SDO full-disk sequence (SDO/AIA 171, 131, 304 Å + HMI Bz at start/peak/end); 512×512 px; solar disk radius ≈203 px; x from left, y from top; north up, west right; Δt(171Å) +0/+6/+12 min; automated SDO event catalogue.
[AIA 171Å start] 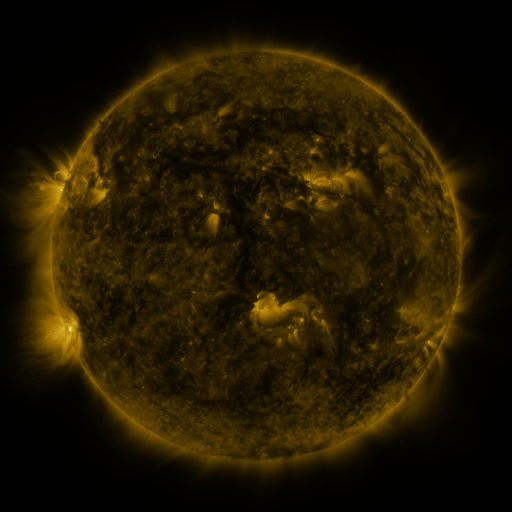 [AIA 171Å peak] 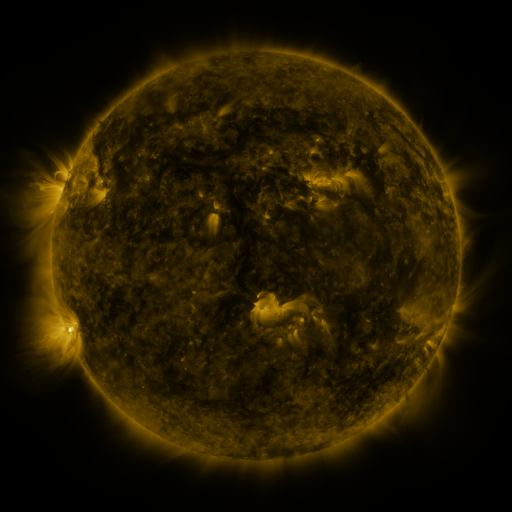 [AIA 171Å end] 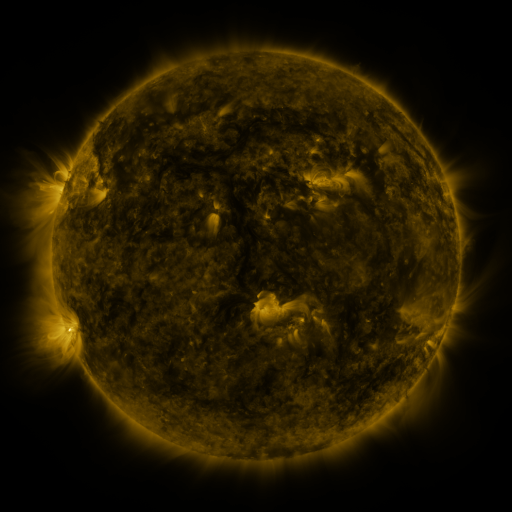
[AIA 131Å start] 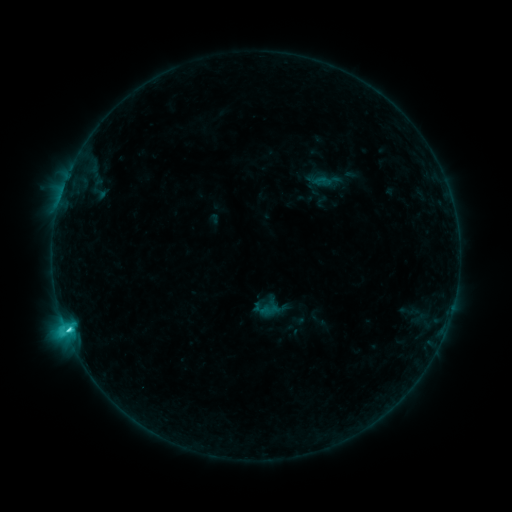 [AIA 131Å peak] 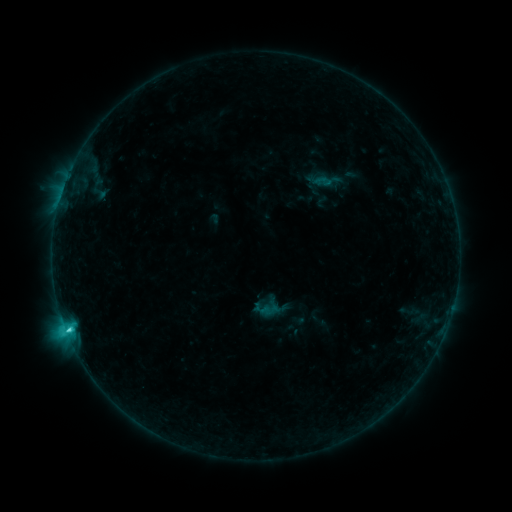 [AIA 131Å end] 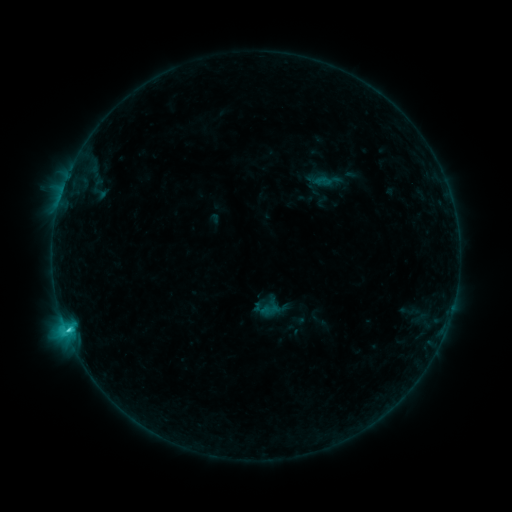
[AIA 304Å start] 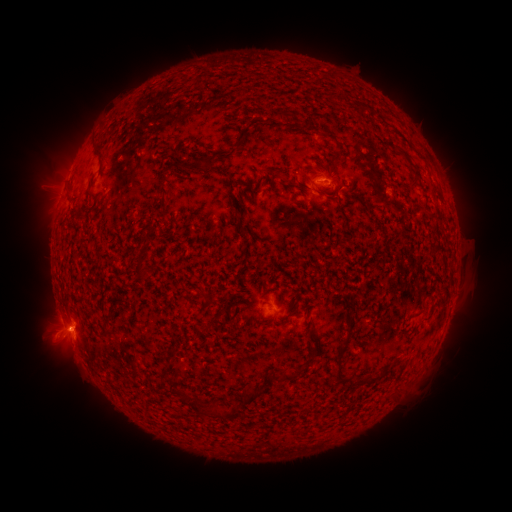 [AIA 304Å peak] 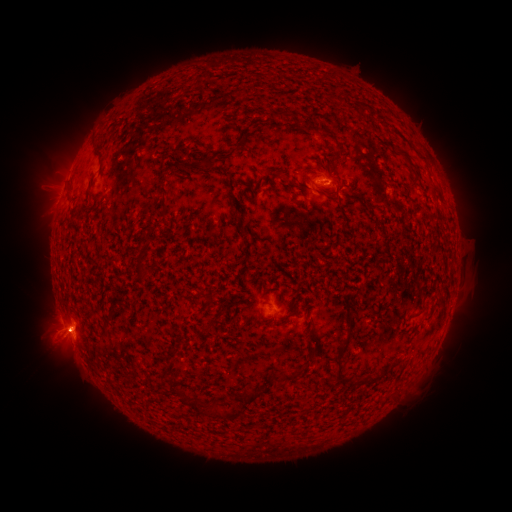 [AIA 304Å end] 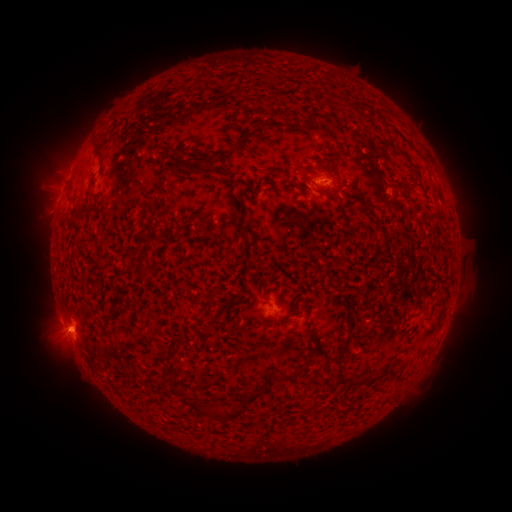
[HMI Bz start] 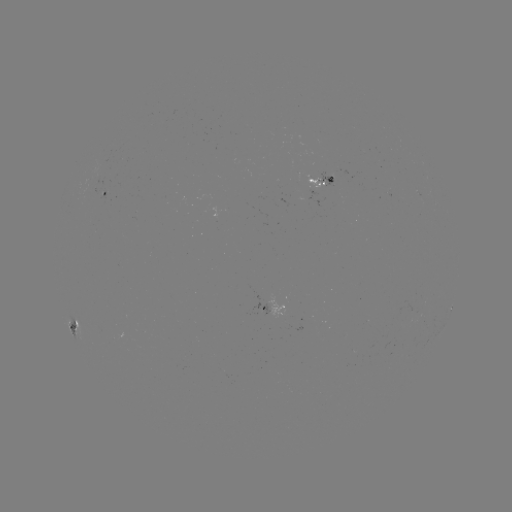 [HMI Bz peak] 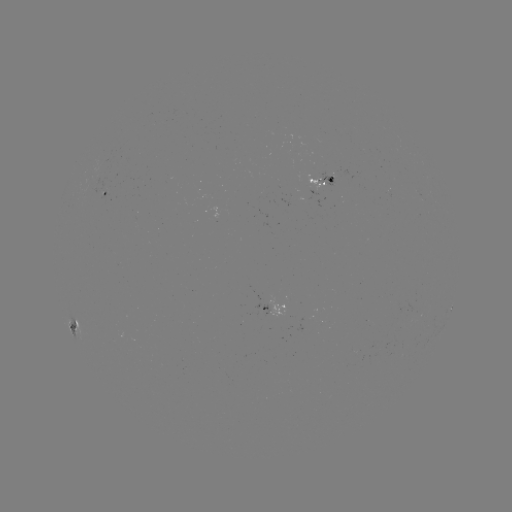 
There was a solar eruption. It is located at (61, 338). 